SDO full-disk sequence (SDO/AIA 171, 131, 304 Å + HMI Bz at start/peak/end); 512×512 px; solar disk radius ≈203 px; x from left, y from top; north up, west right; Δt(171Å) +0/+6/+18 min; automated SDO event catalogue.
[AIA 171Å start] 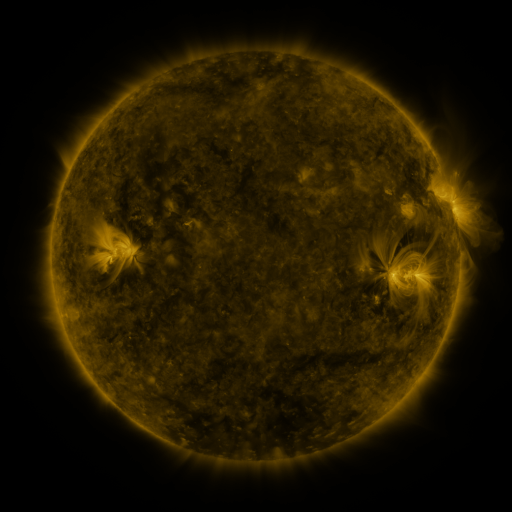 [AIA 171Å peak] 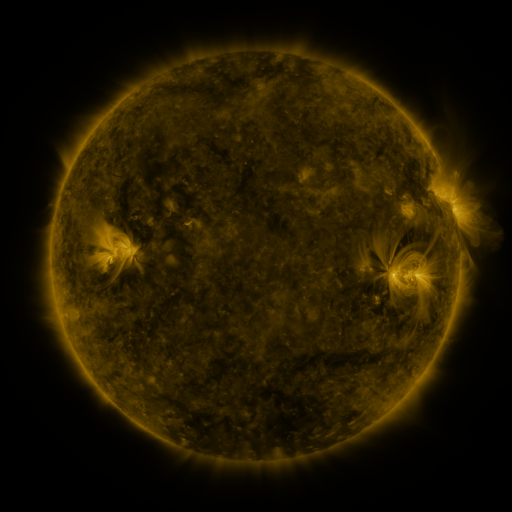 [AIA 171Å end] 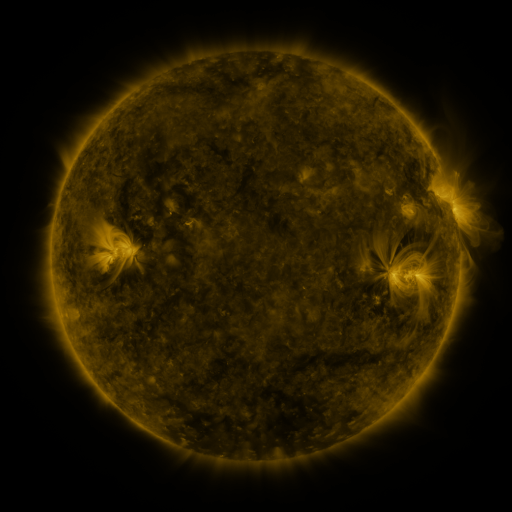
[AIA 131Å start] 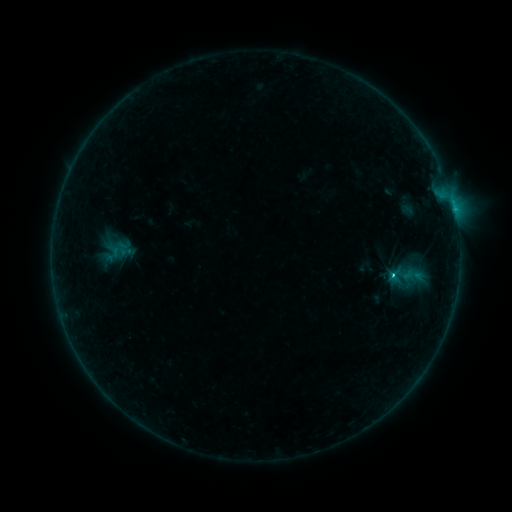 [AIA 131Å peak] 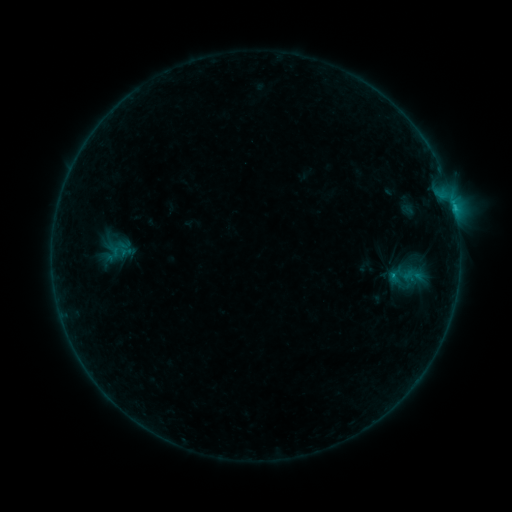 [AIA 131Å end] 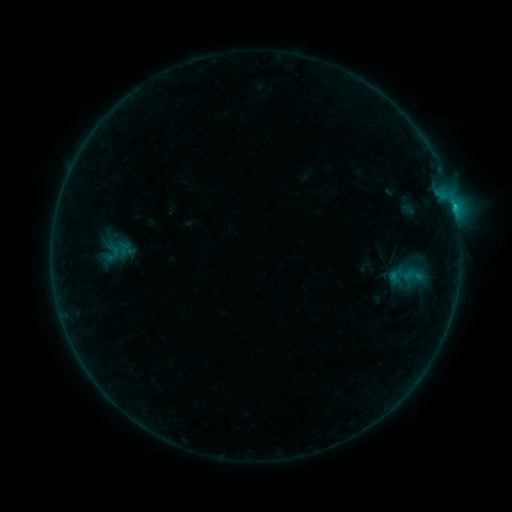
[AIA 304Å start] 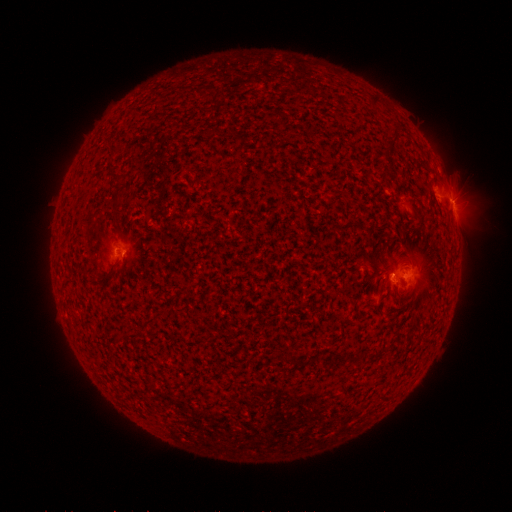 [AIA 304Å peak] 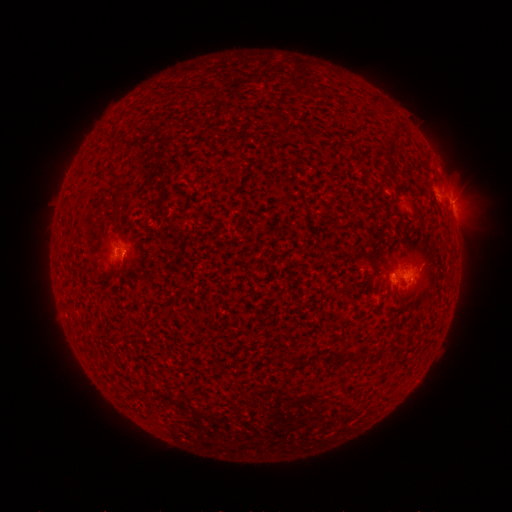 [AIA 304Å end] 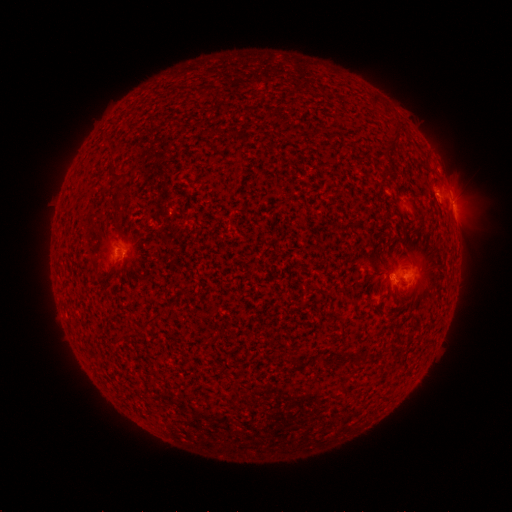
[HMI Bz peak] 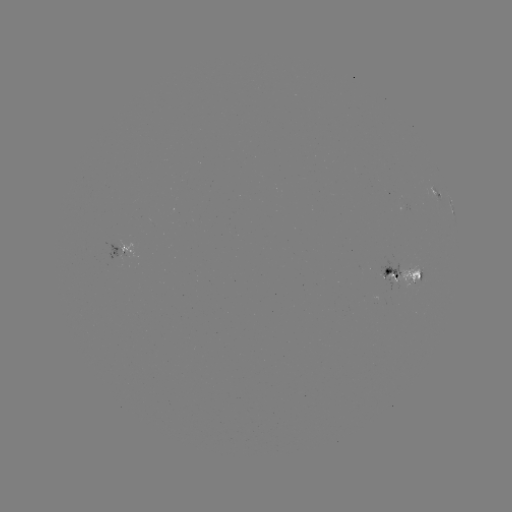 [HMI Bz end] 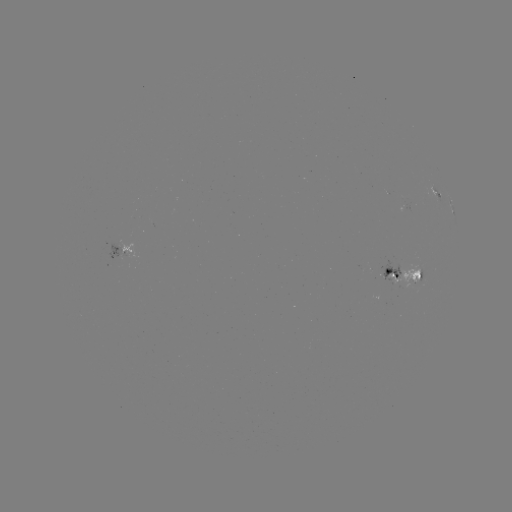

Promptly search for B9.1 flare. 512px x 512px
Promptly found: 392,274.